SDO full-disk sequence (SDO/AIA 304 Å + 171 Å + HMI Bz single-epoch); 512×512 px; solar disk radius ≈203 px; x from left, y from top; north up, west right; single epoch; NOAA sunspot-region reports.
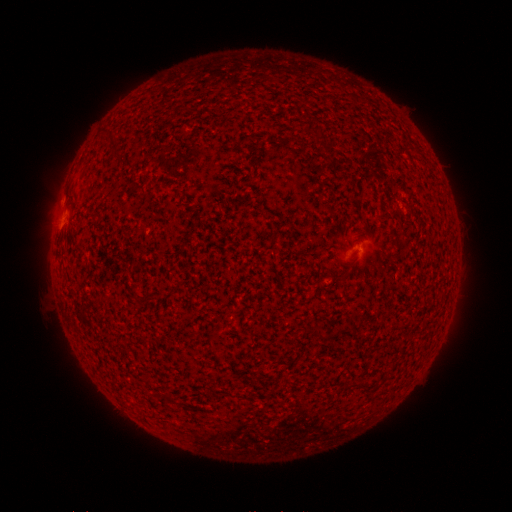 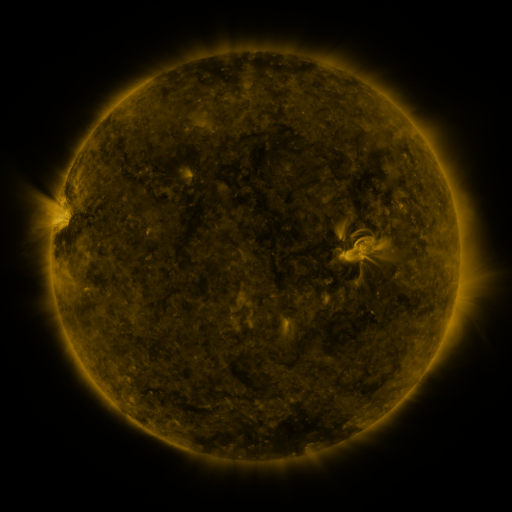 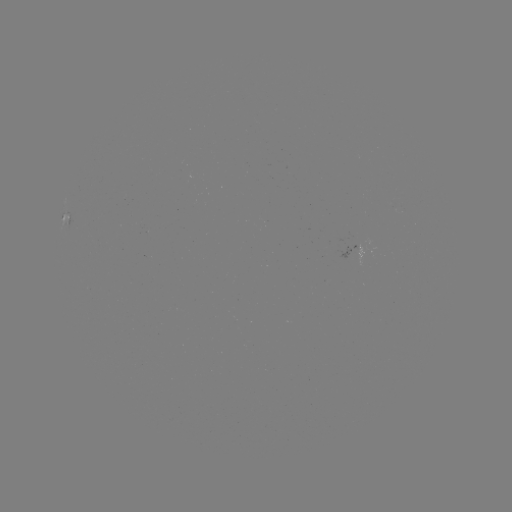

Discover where spotted active region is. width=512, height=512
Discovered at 65,221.